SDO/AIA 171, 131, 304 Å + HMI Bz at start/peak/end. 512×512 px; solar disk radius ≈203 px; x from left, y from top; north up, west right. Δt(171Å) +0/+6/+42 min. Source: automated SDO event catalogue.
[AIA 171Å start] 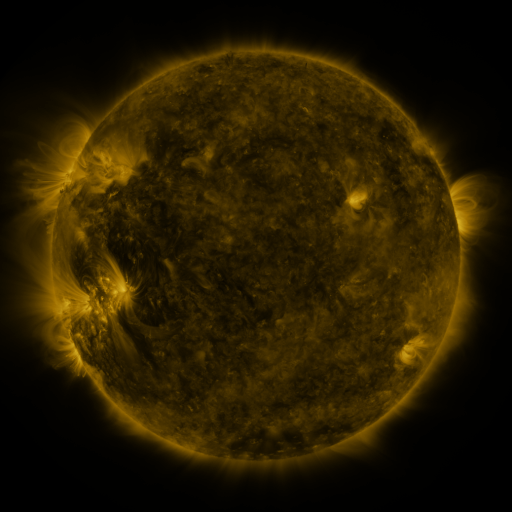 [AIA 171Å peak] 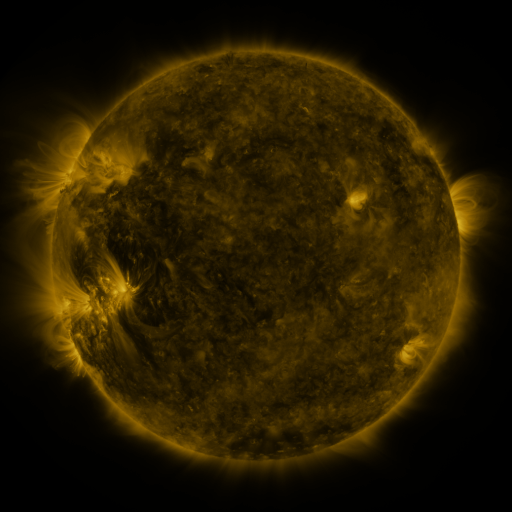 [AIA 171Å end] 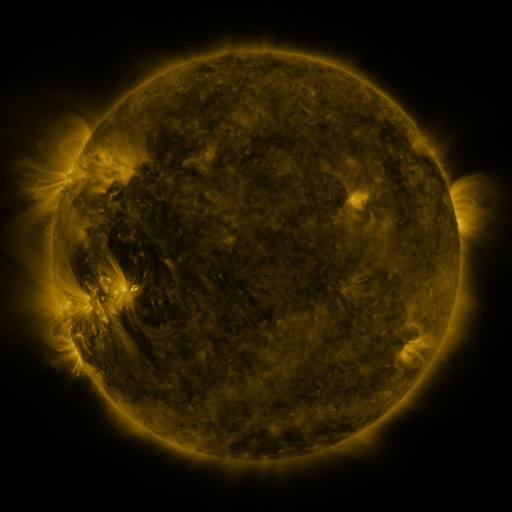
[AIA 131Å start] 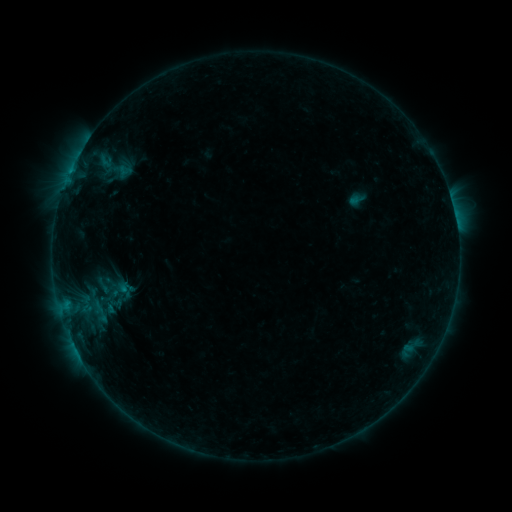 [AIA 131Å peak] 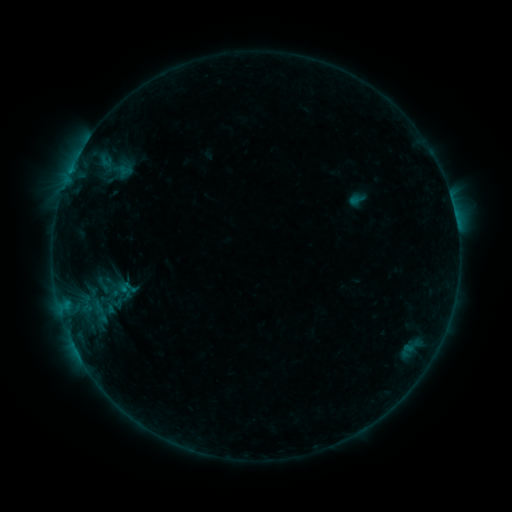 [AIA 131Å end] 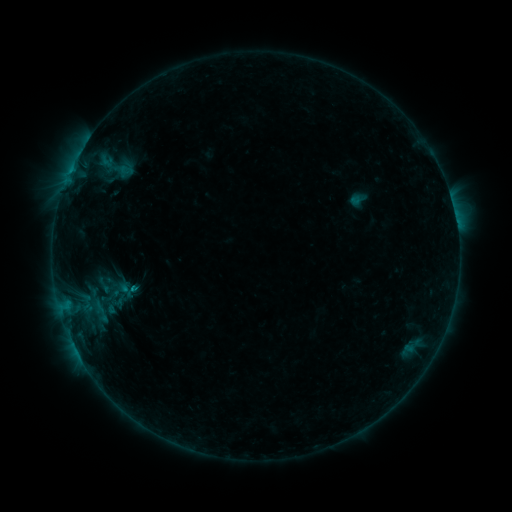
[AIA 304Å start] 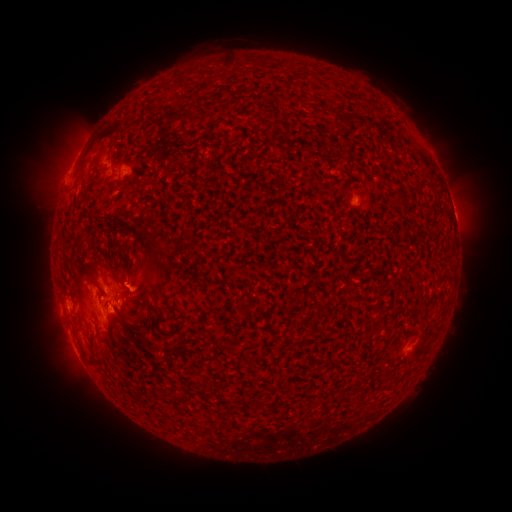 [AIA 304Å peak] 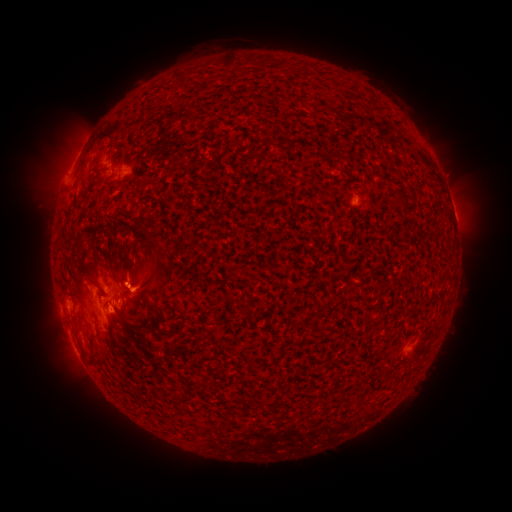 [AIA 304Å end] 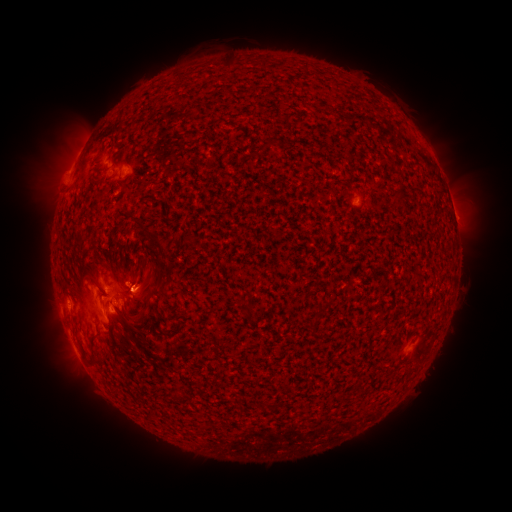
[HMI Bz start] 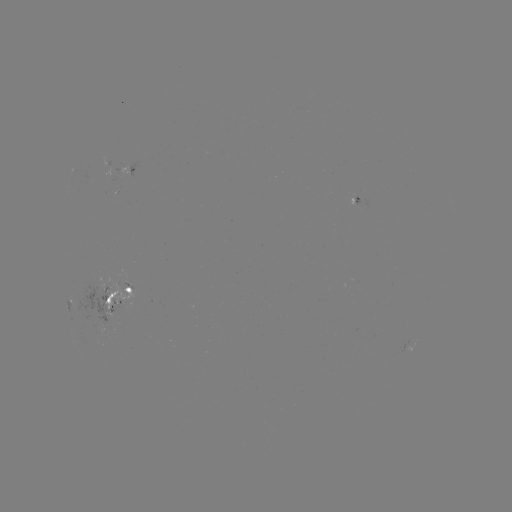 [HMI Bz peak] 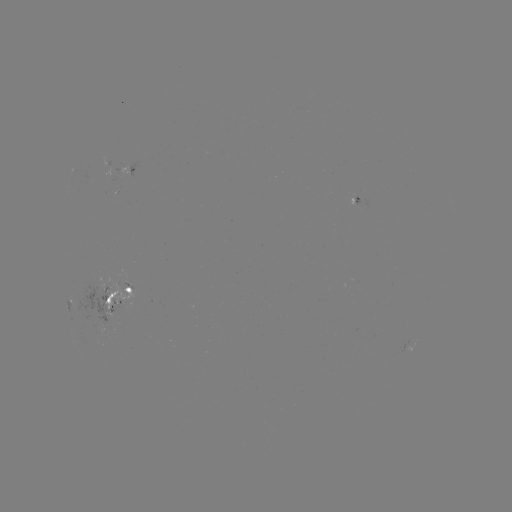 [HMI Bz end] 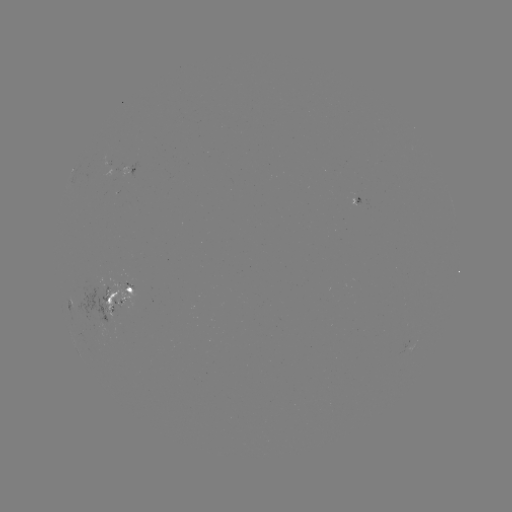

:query emerging-flux region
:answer [121, 172]